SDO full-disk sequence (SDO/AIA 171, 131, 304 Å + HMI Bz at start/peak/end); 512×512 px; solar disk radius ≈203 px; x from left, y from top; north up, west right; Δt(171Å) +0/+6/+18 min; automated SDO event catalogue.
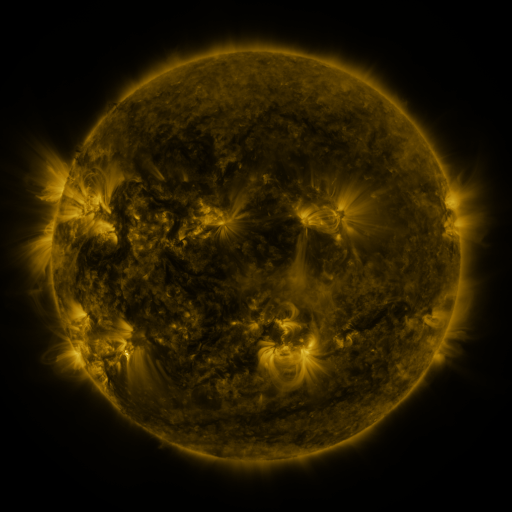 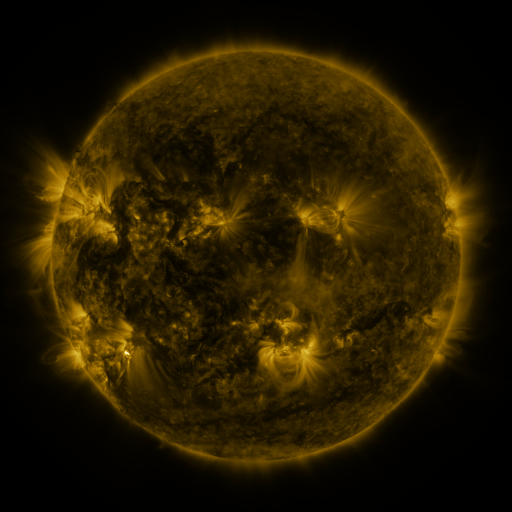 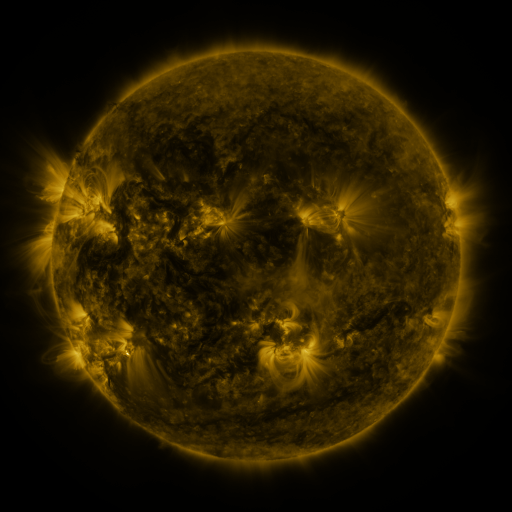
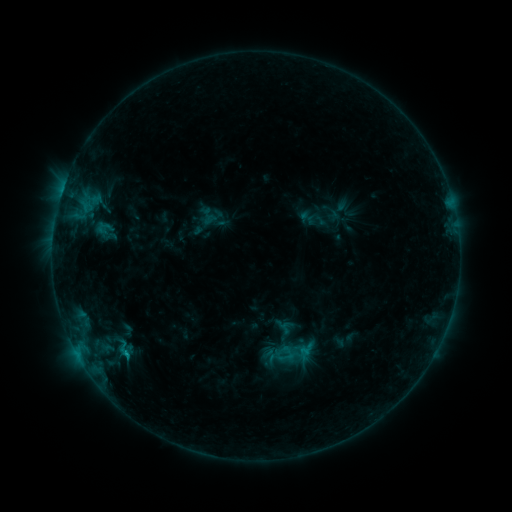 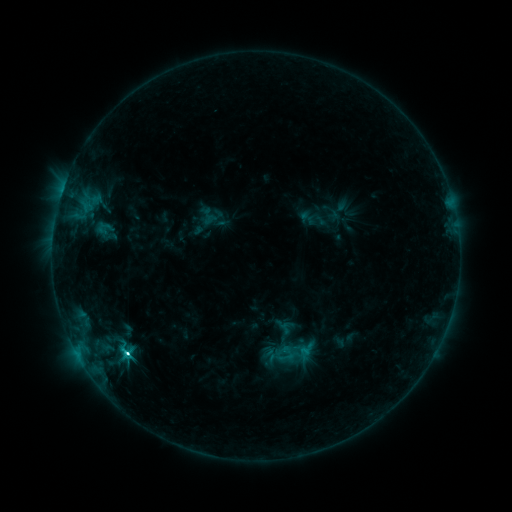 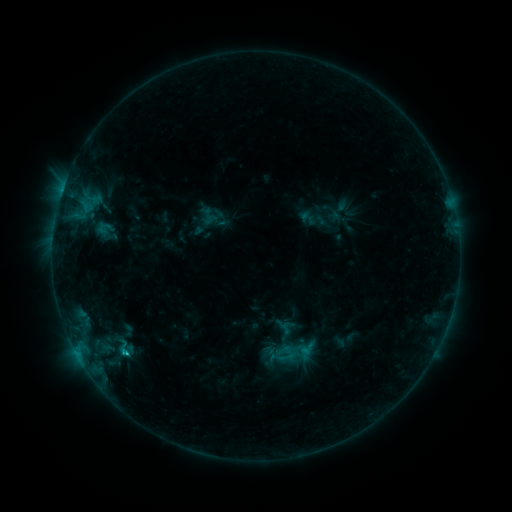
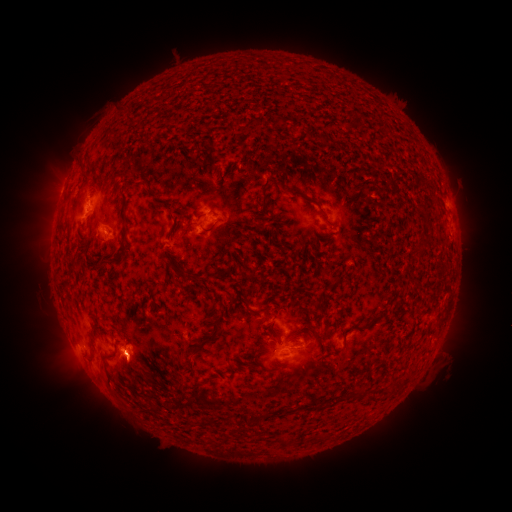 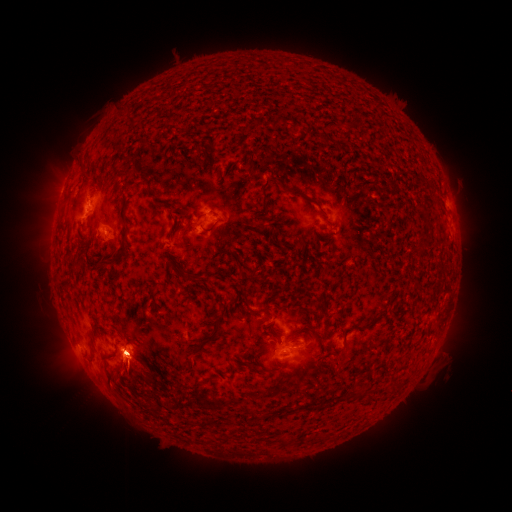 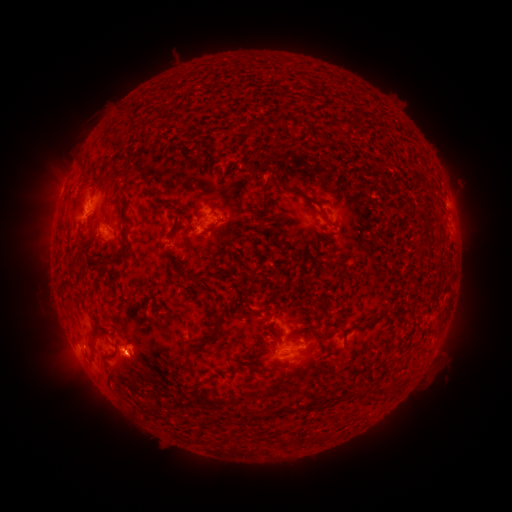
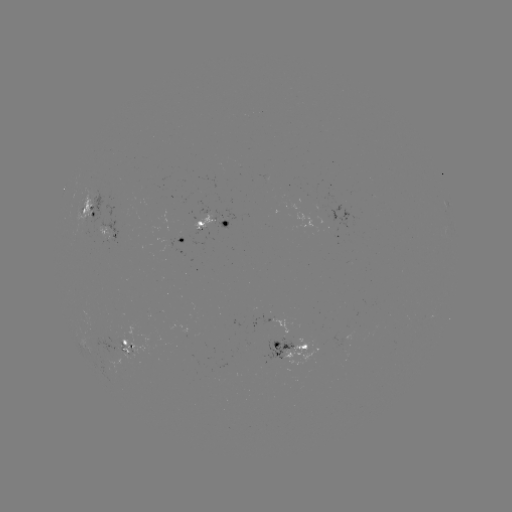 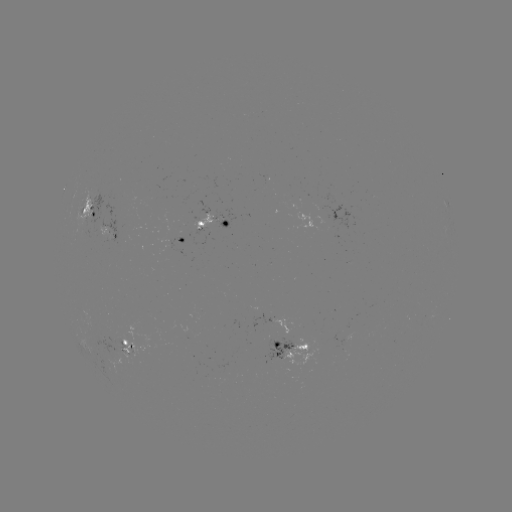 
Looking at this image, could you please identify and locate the eruption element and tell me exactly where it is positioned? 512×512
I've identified eruption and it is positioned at [118, 365].